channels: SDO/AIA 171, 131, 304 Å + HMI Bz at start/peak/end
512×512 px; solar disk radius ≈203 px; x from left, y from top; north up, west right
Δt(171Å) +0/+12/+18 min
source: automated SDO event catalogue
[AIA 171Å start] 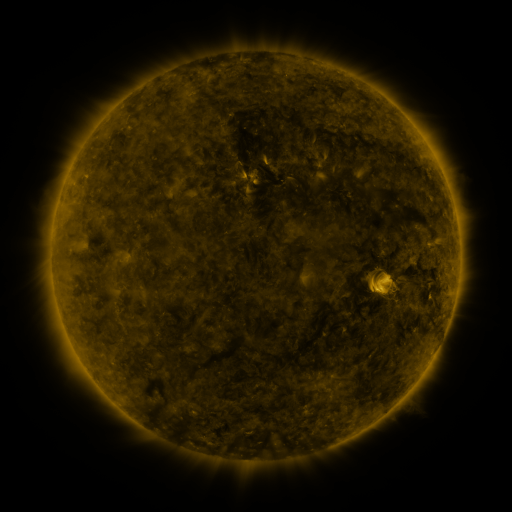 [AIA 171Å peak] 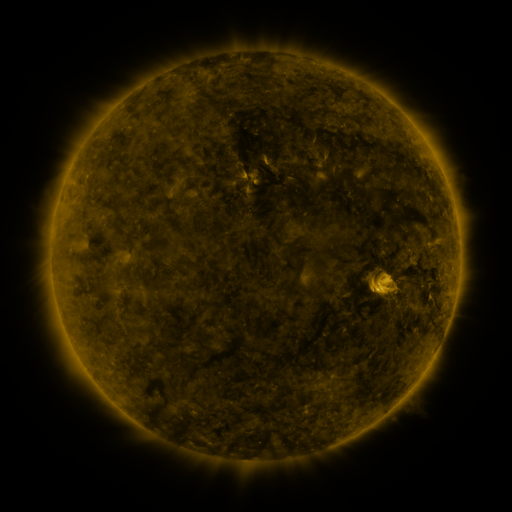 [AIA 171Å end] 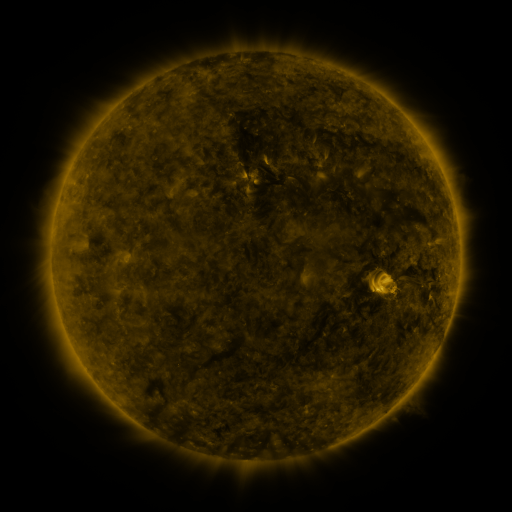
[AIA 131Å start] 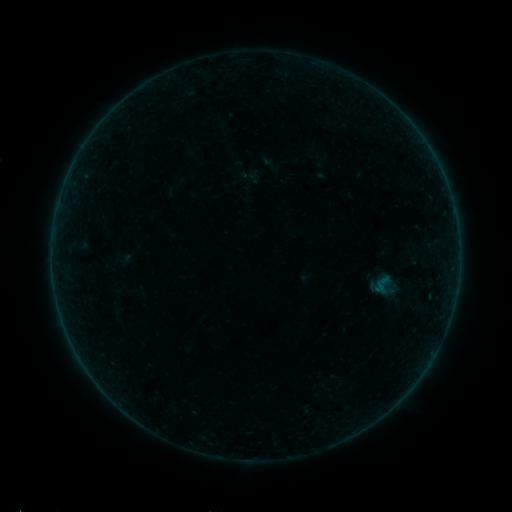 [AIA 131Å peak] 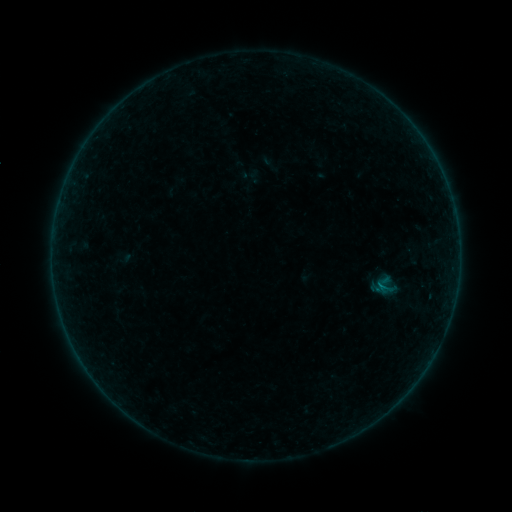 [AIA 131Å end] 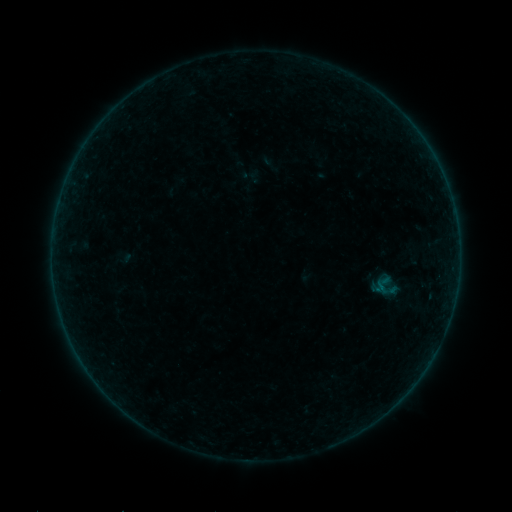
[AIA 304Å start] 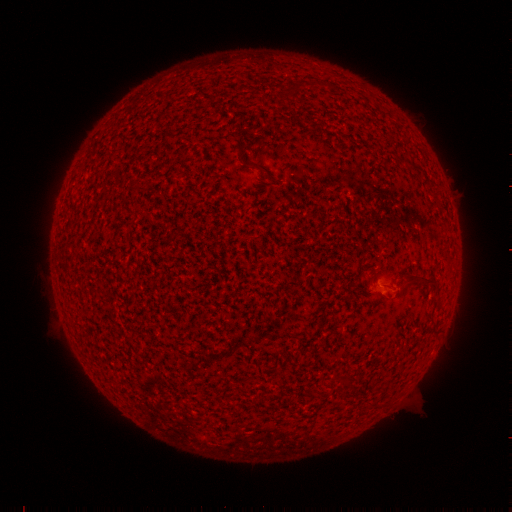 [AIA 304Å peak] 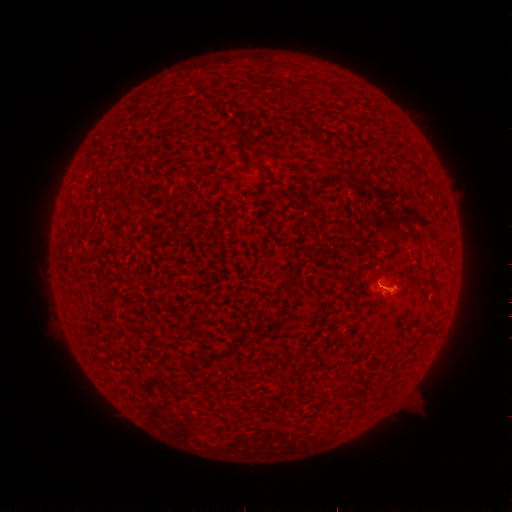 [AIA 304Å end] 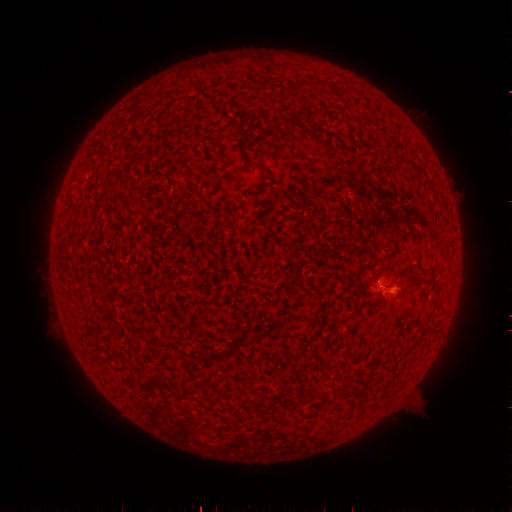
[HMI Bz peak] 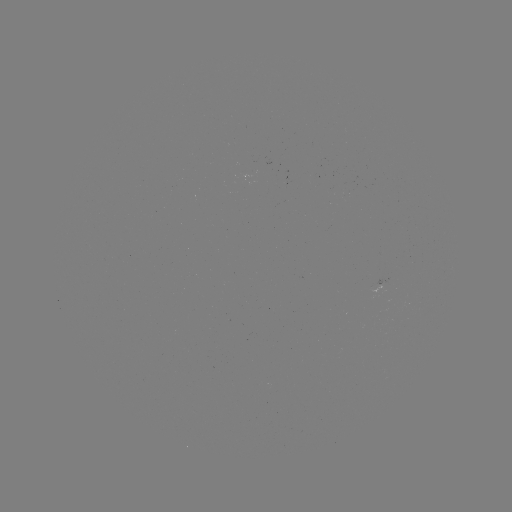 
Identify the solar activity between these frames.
A9.1 flare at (378, 284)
